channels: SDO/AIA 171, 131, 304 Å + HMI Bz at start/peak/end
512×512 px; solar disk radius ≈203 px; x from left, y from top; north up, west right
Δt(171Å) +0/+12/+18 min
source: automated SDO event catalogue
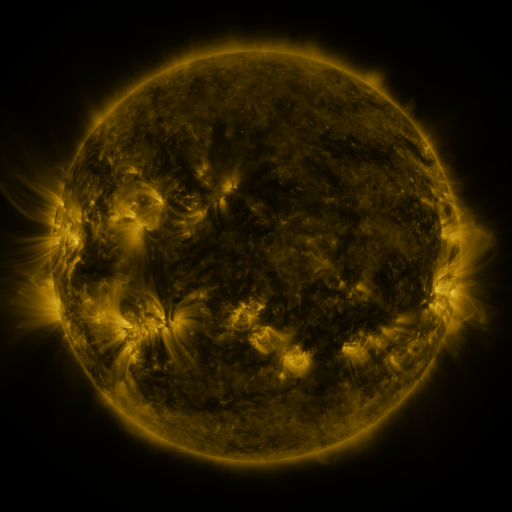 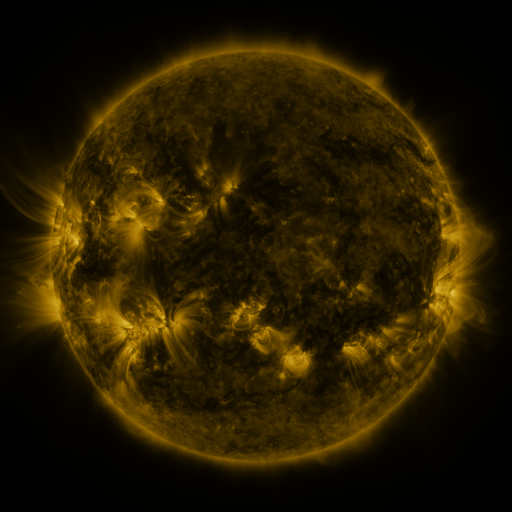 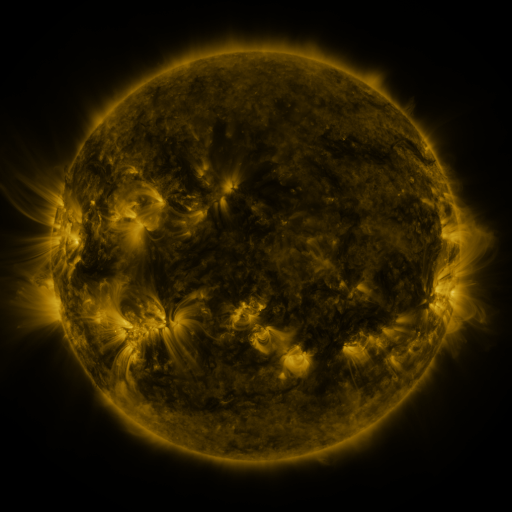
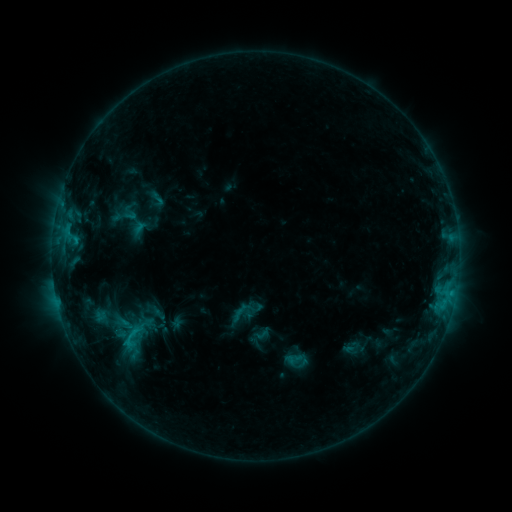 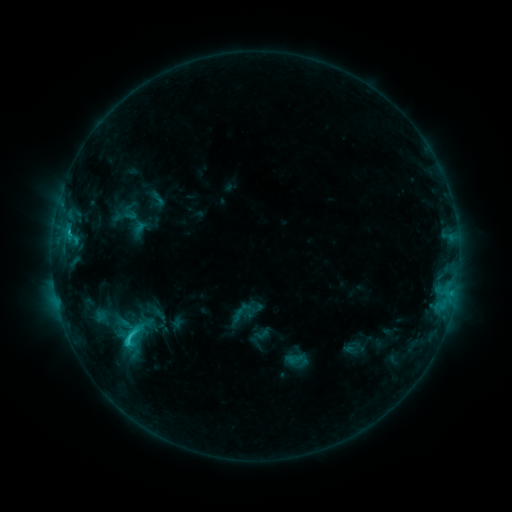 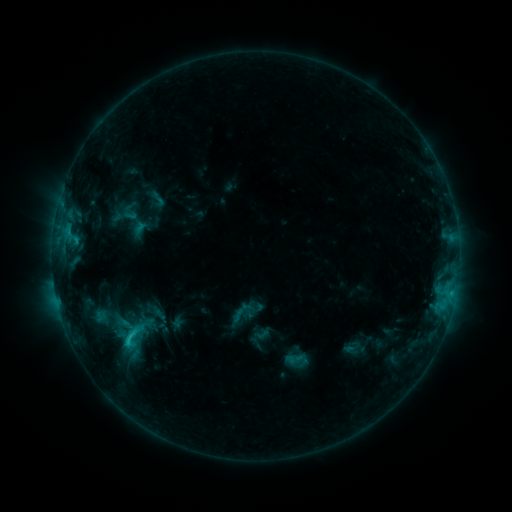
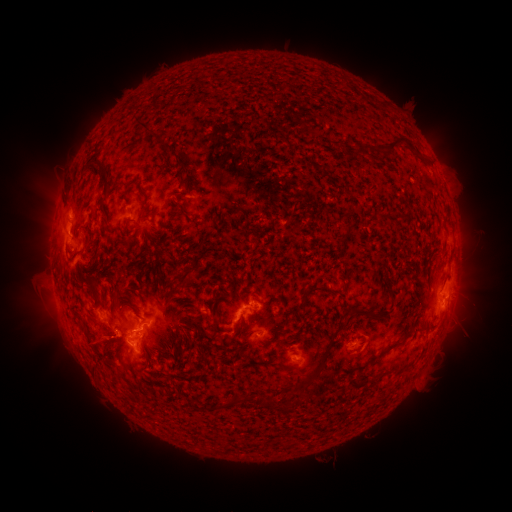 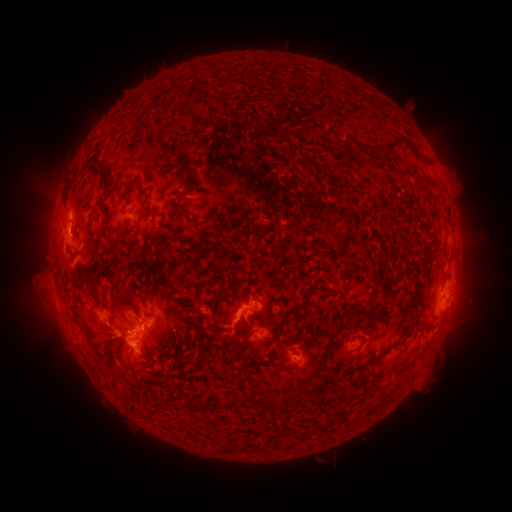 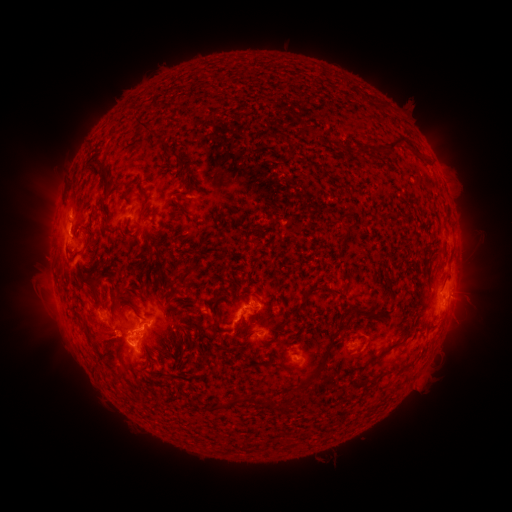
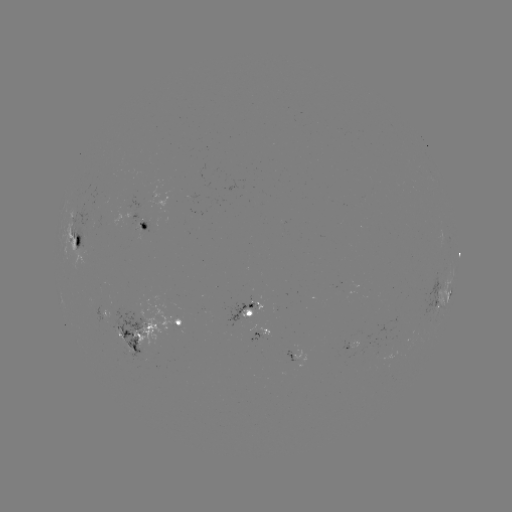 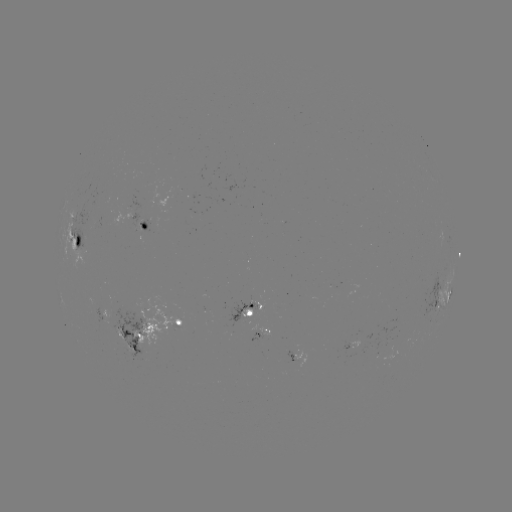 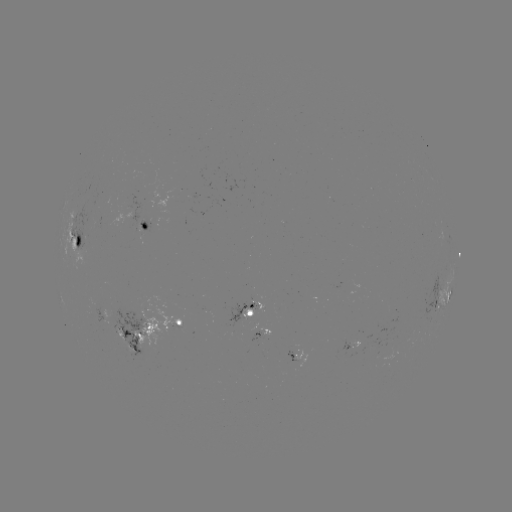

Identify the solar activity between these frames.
C2.3 flare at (128, 336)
